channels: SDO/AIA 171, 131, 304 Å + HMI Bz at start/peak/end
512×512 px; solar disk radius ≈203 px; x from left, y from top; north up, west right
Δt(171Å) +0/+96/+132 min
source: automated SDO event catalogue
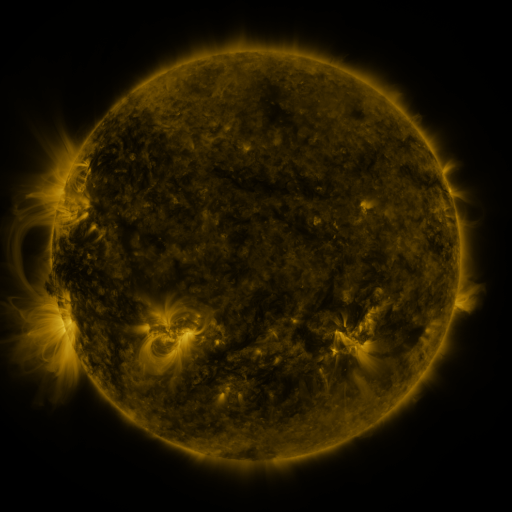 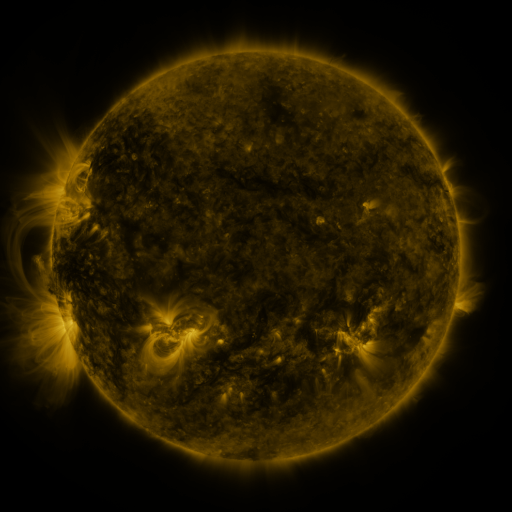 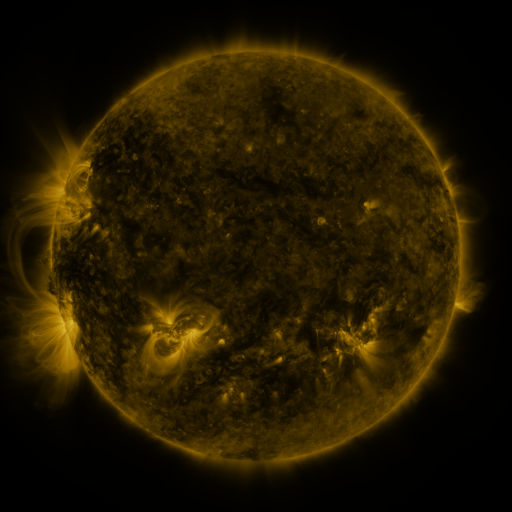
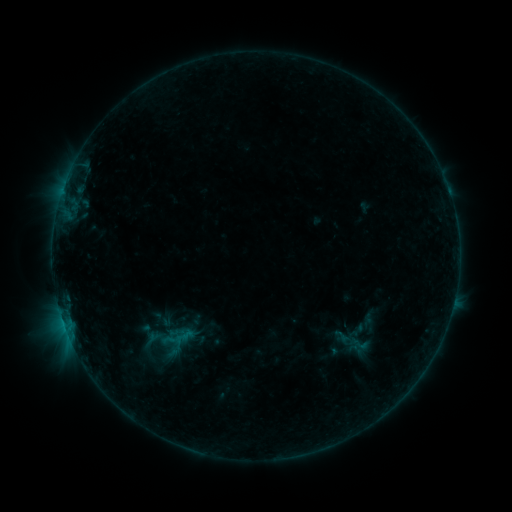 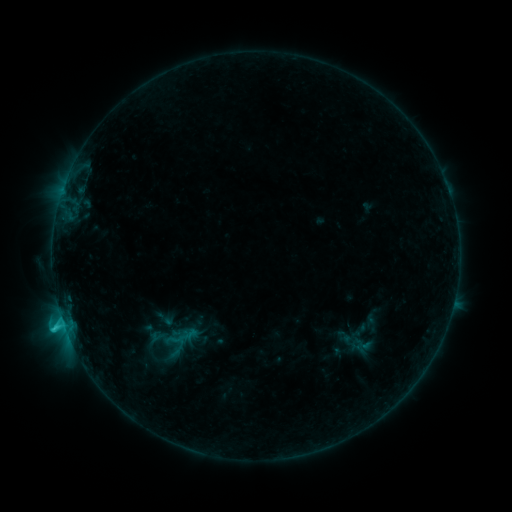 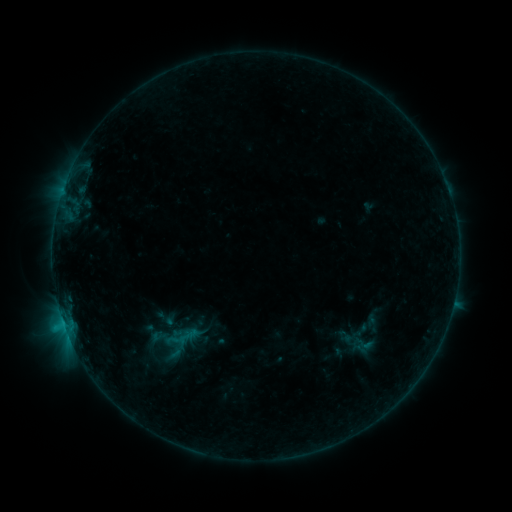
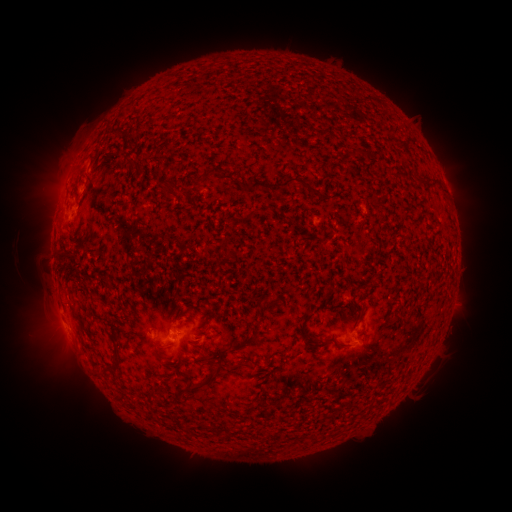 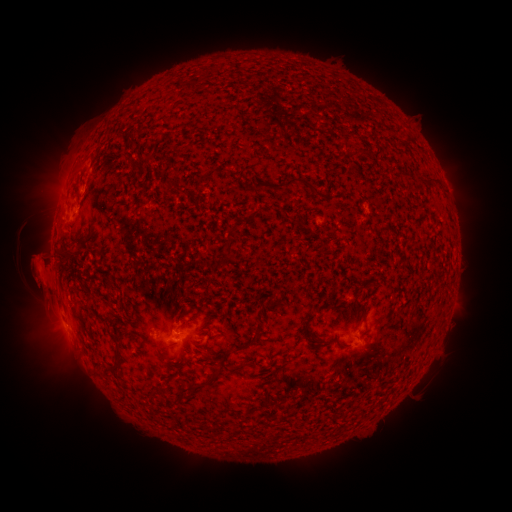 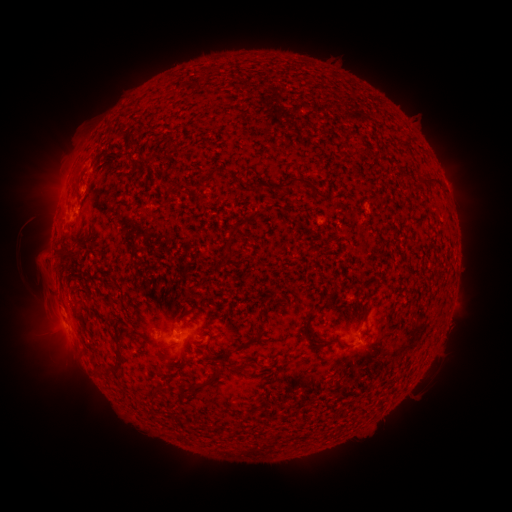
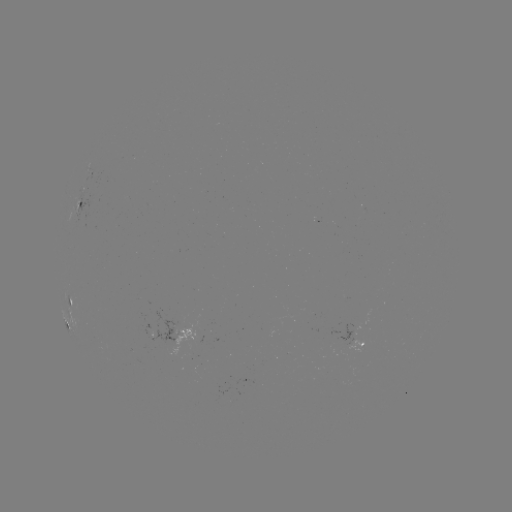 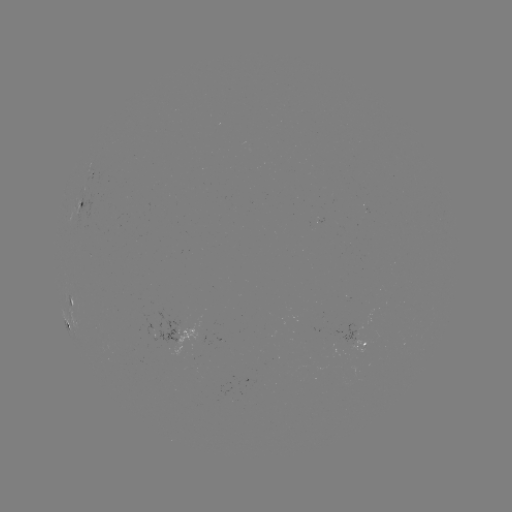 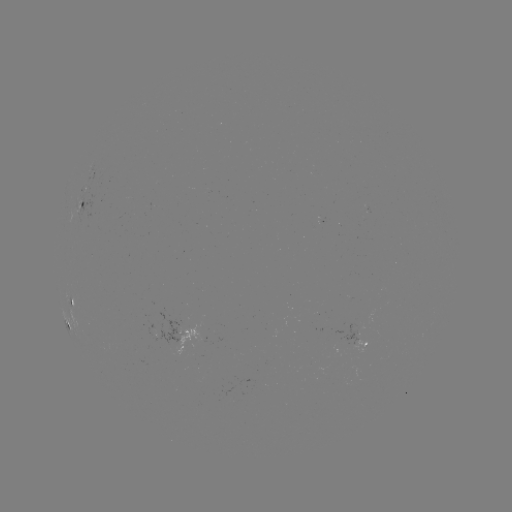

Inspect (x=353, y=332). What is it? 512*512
emerging-flux region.